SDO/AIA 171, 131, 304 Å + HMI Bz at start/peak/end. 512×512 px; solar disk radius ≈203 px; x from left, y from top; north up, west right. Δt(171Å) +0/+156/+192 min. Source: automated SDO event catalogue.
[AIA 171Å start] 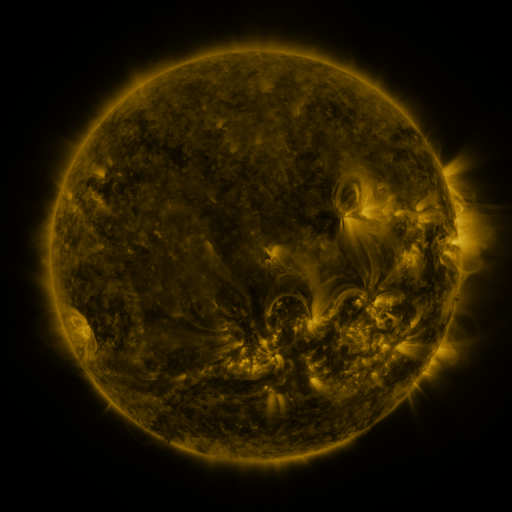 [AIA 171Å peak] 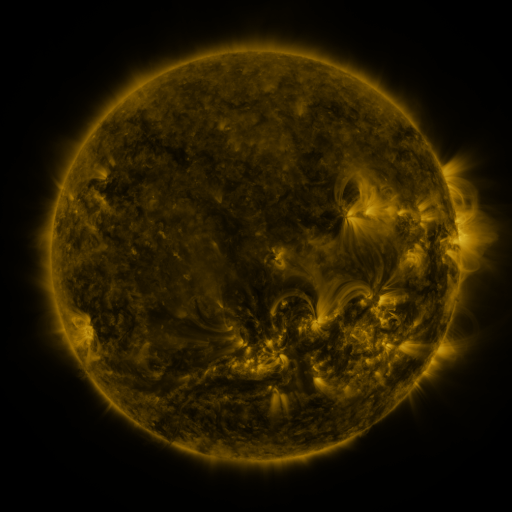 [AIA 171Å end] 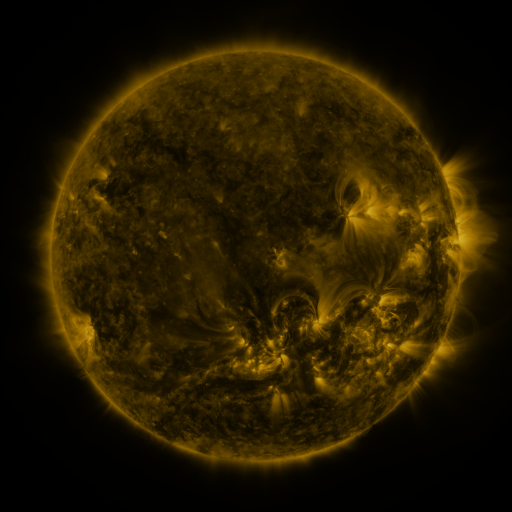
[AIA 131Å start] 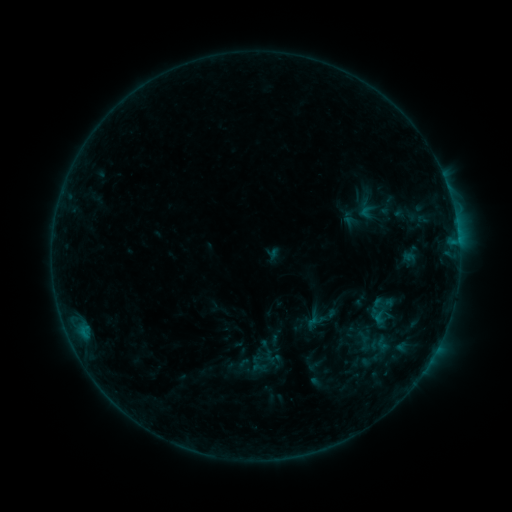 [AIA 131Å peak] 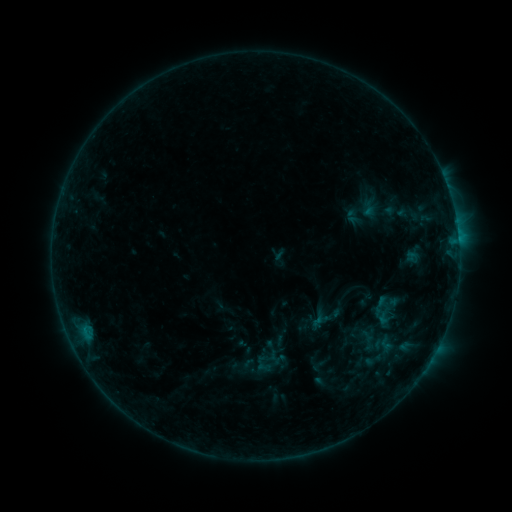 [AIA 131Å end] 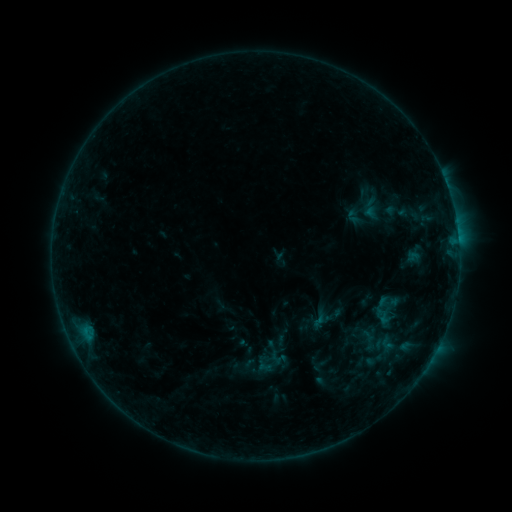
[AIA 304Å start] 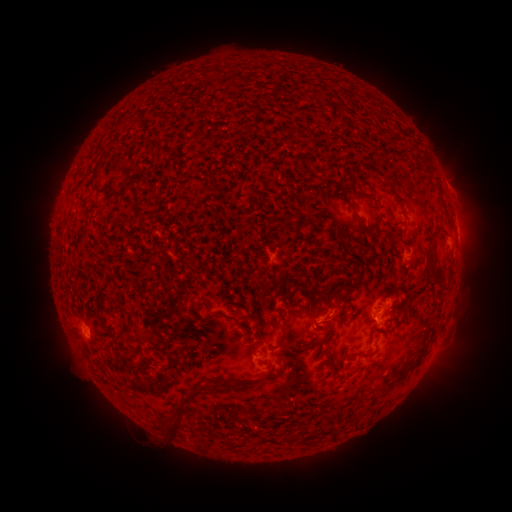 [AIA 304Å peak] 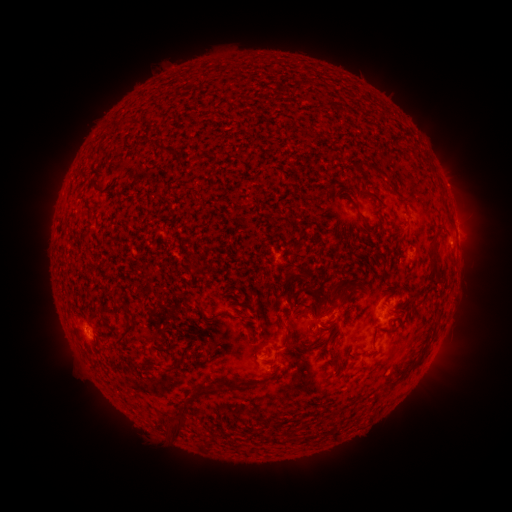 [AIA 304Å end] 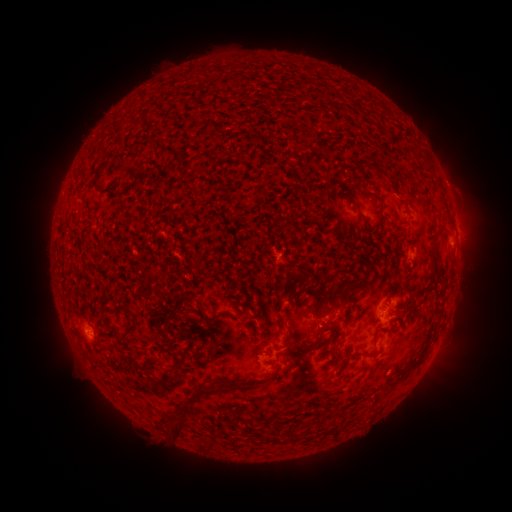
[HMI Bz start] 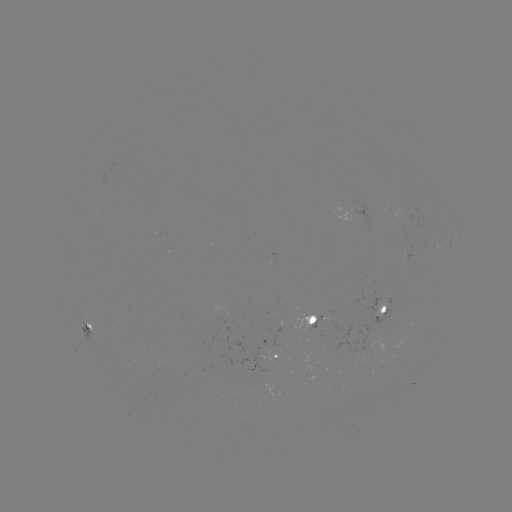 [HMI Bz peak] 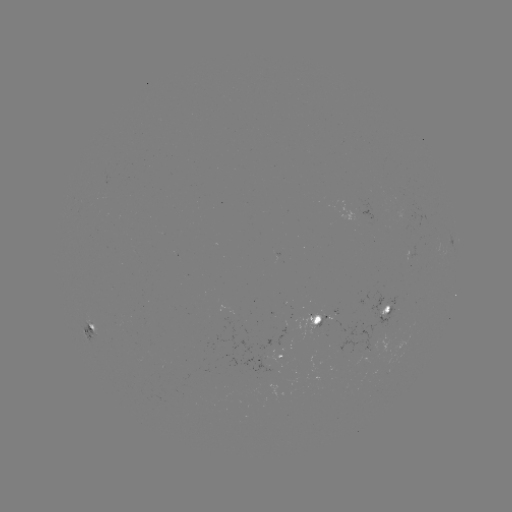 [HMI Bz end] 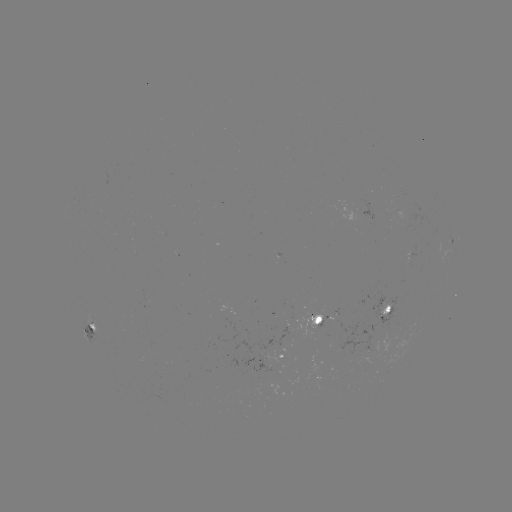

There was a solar emerging-flux region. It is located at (316, 329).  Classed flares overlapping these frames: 1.